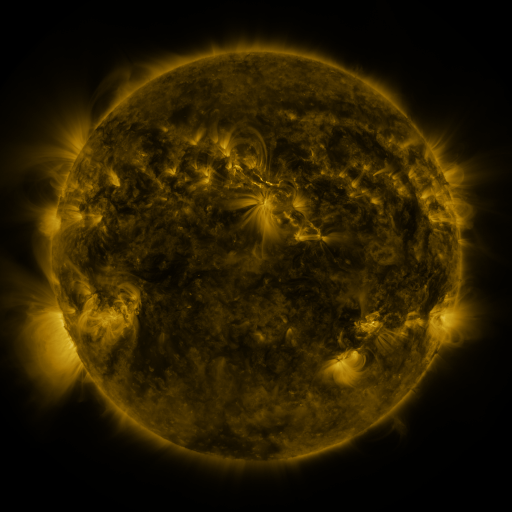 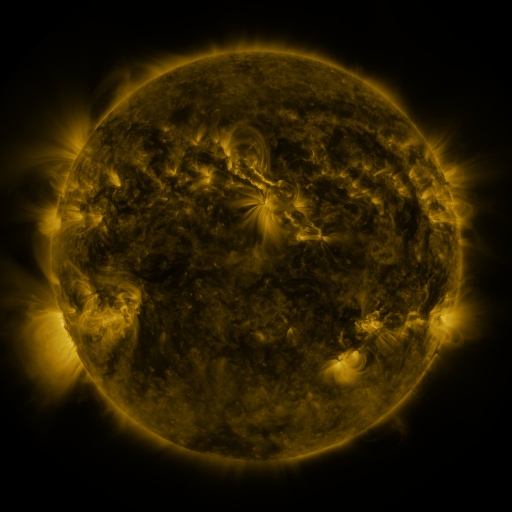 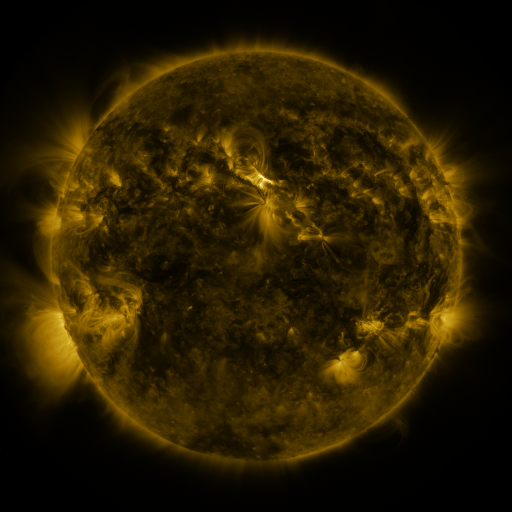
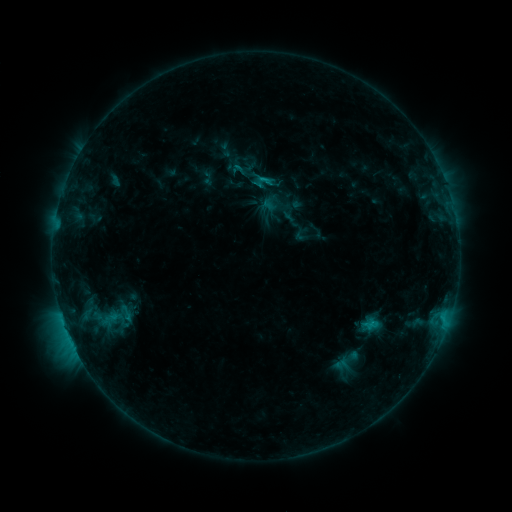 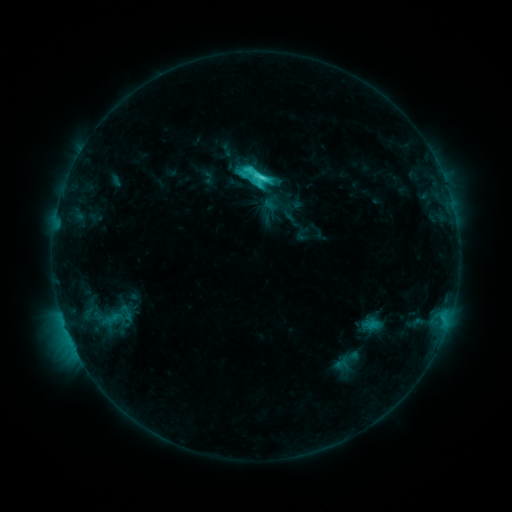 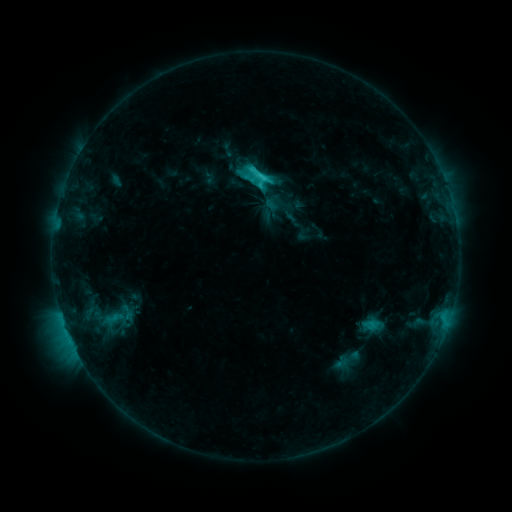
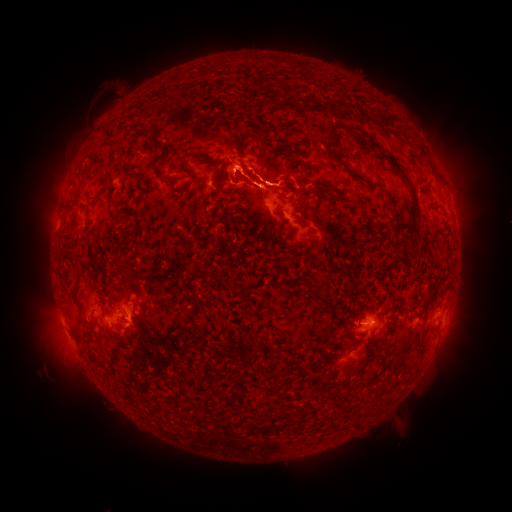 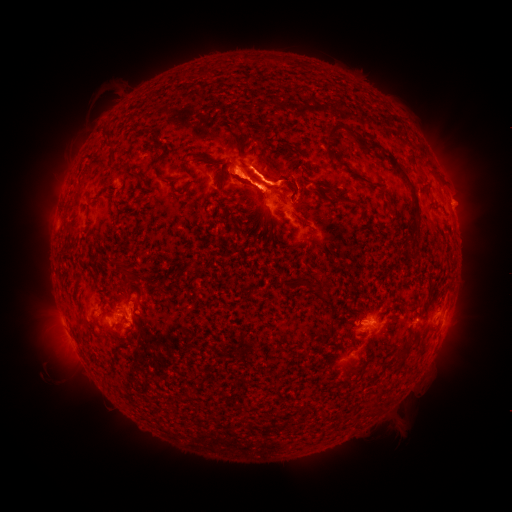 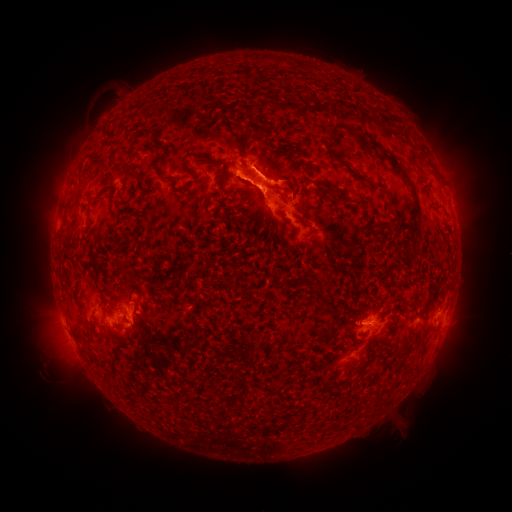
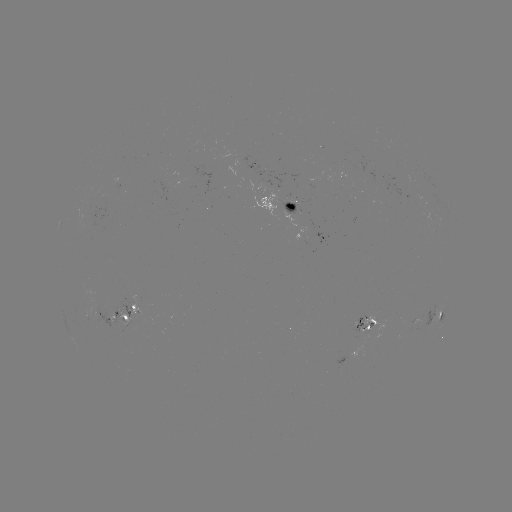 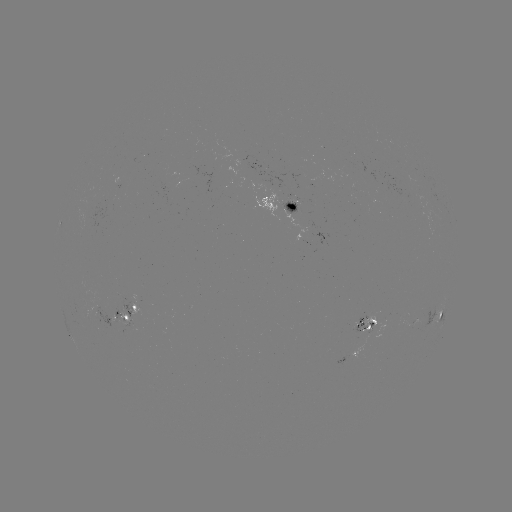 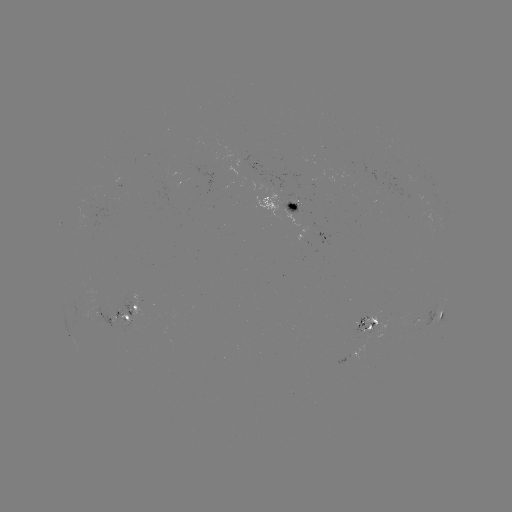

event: flare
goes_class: C5.7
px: (259, 178)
